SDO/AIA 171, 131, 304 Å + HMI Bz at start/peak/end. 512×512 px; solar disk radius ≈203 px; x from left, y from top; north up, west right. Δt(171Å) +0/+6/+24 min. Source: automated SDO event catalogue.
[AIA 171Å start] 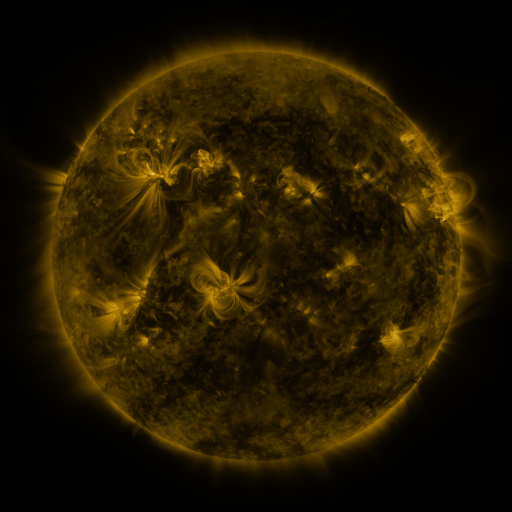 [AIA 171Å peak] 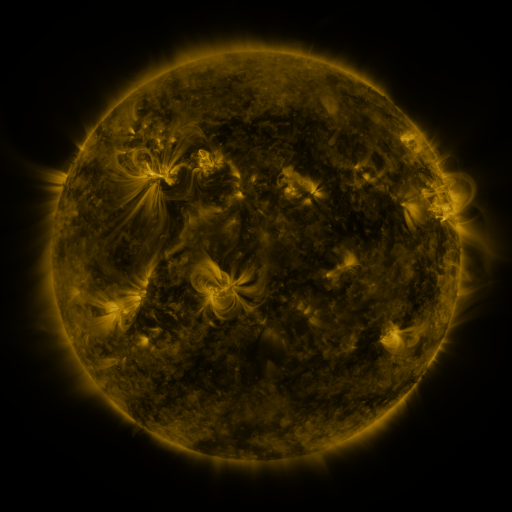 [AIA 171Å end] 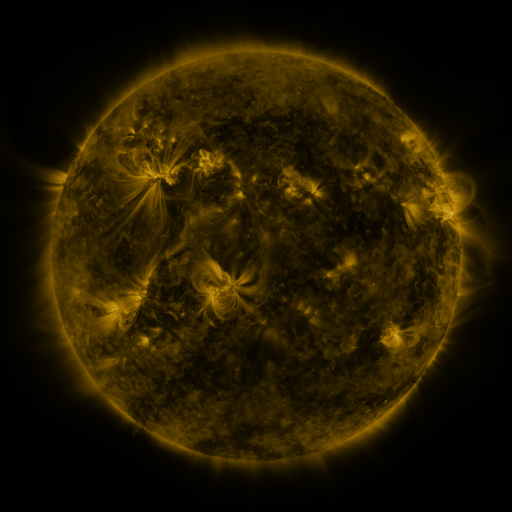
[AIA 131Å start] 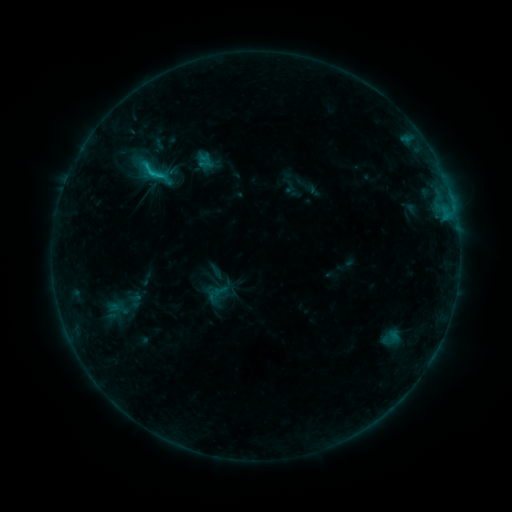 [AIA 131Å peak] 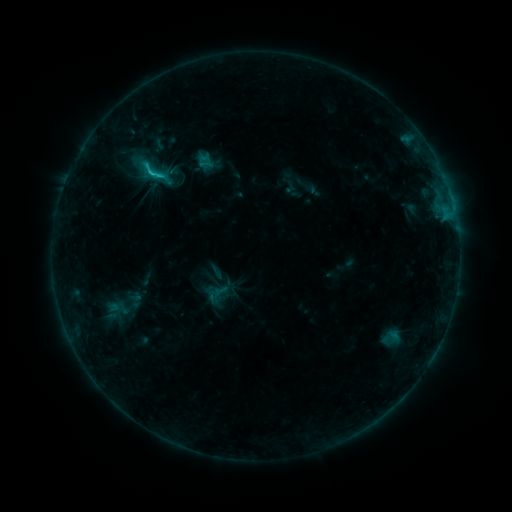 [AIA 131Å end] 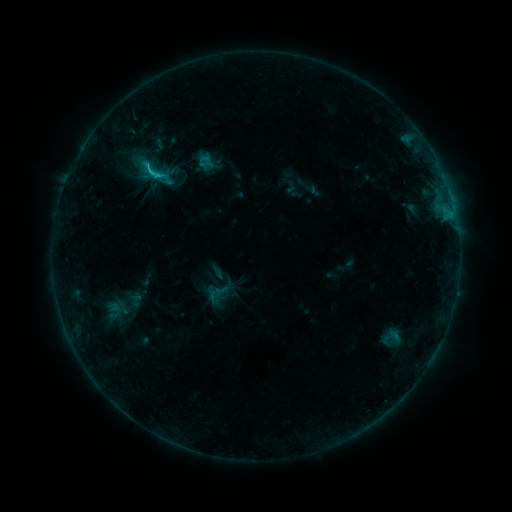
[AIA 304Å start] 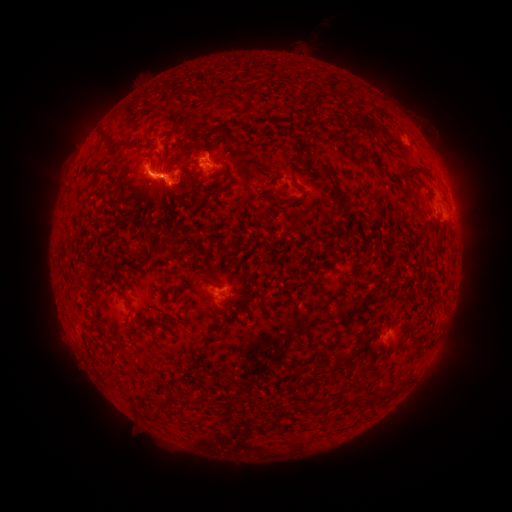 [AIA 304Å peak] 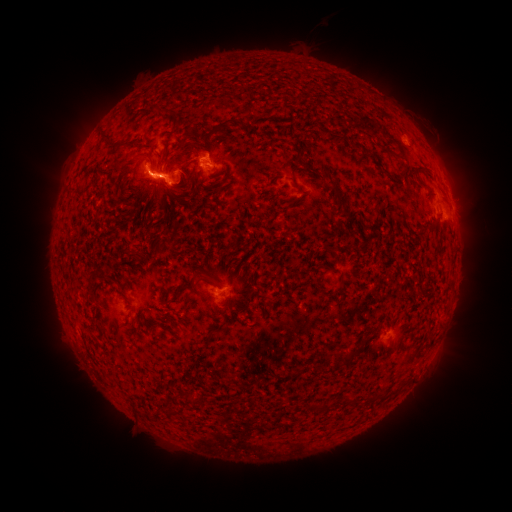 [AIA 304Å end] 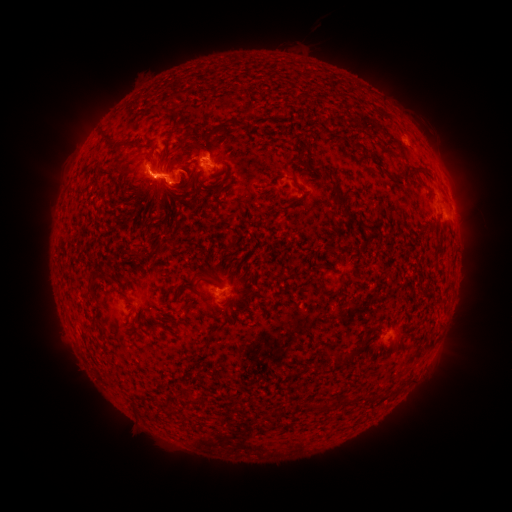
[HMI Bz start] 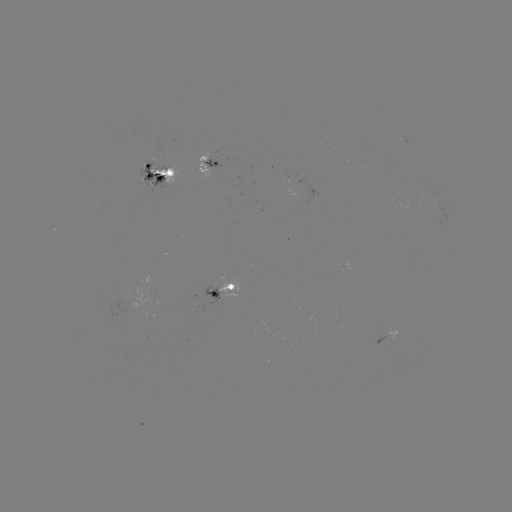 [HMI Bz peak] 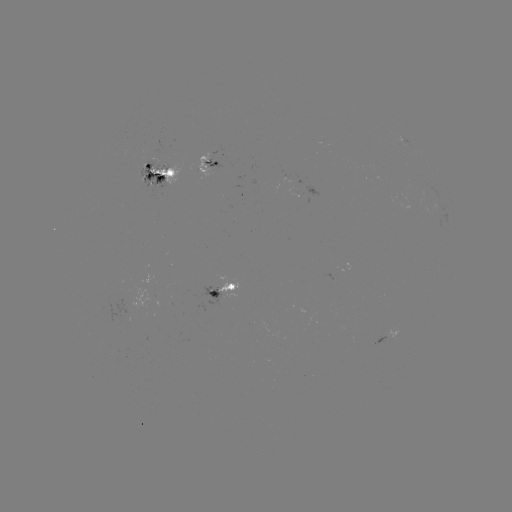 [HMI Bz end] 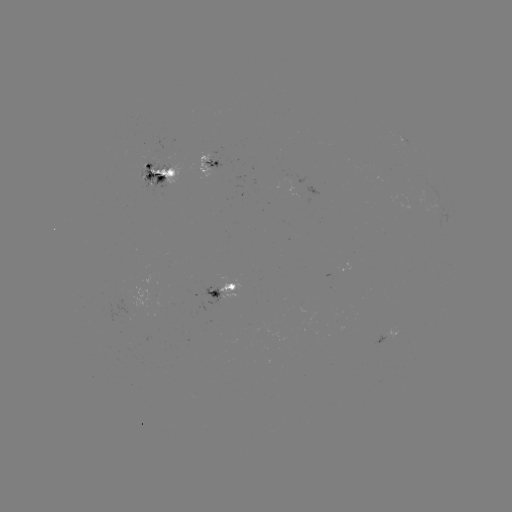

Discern C1.8 flare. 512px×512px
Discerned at [152, 175].